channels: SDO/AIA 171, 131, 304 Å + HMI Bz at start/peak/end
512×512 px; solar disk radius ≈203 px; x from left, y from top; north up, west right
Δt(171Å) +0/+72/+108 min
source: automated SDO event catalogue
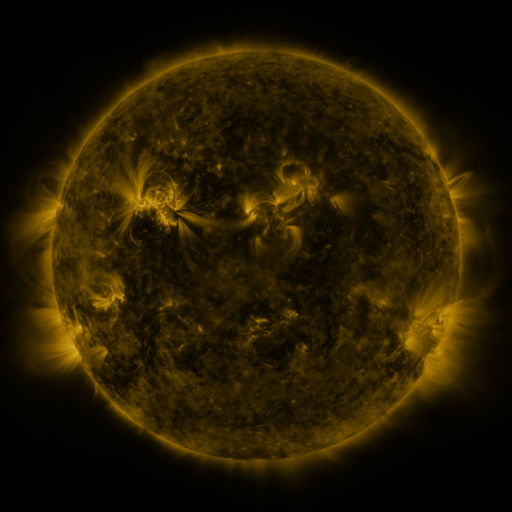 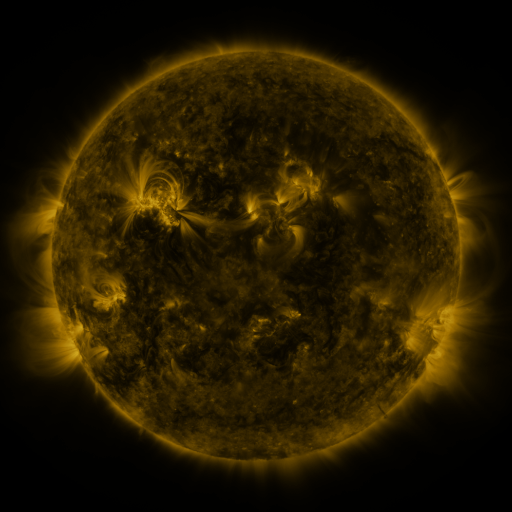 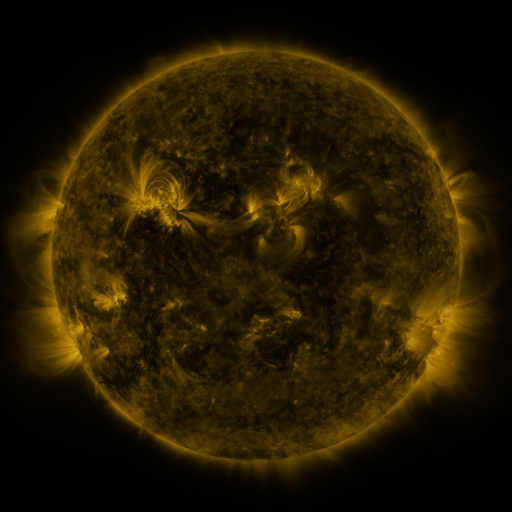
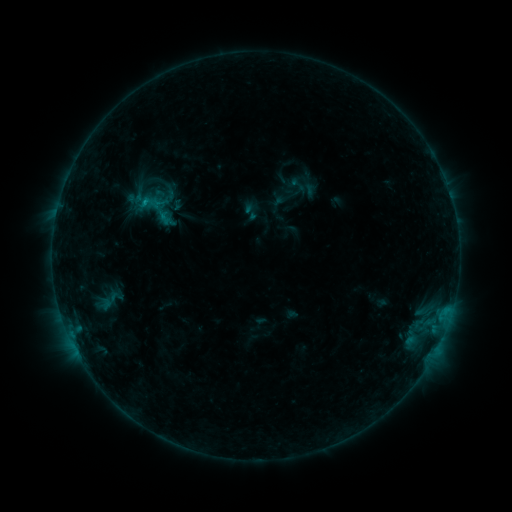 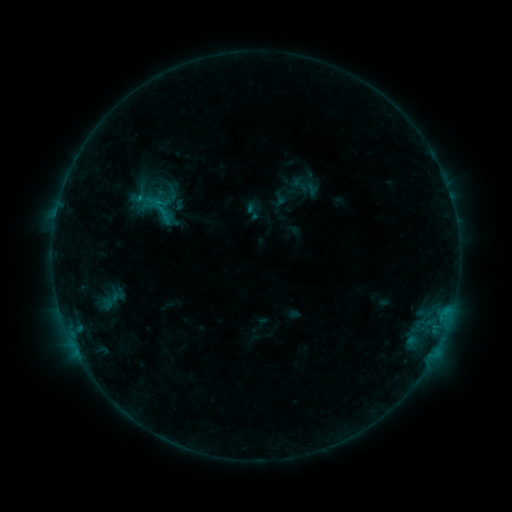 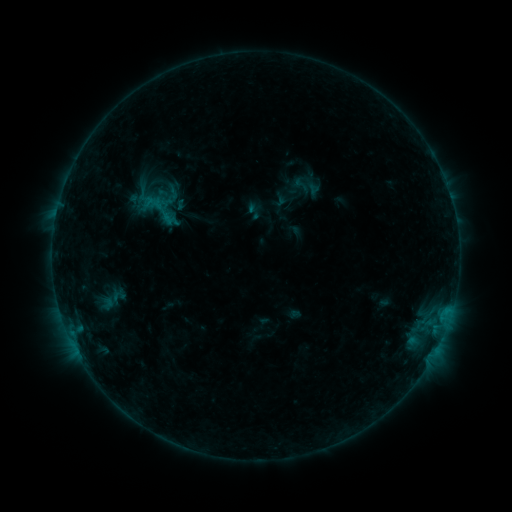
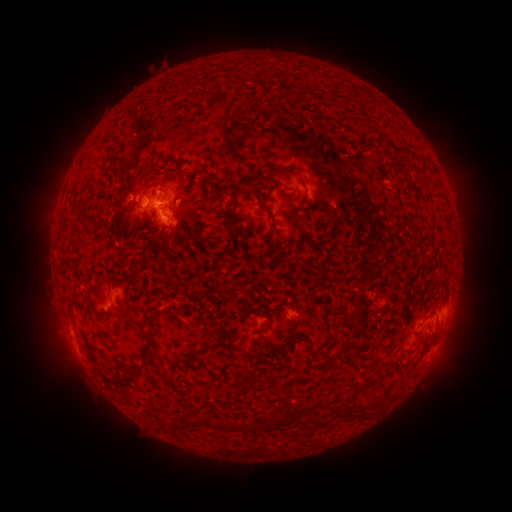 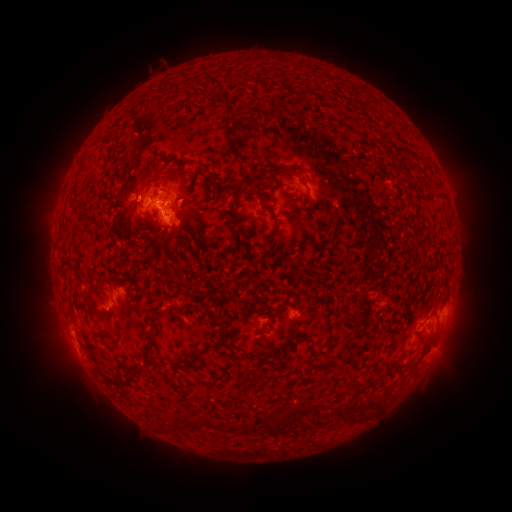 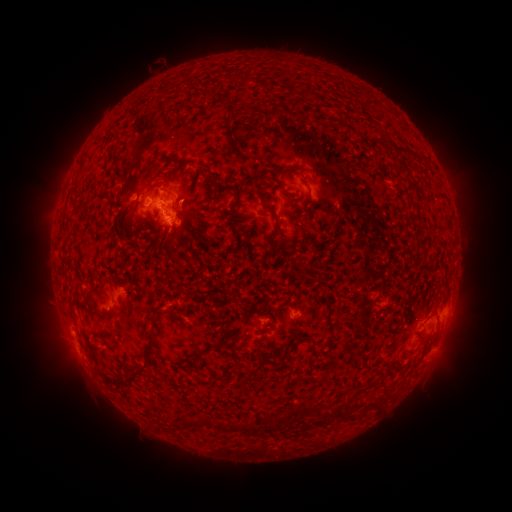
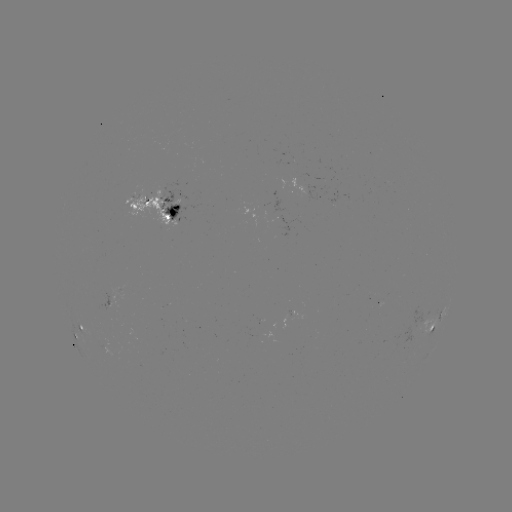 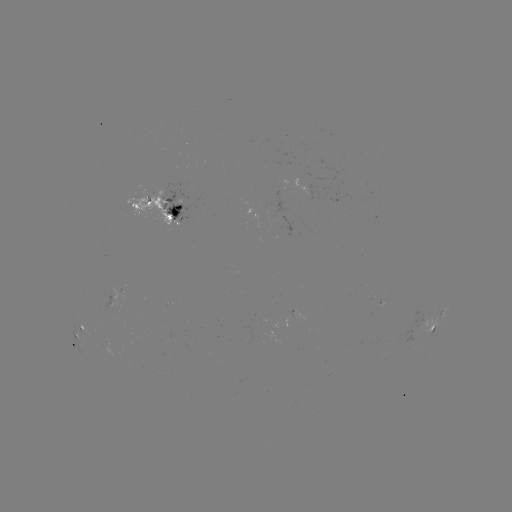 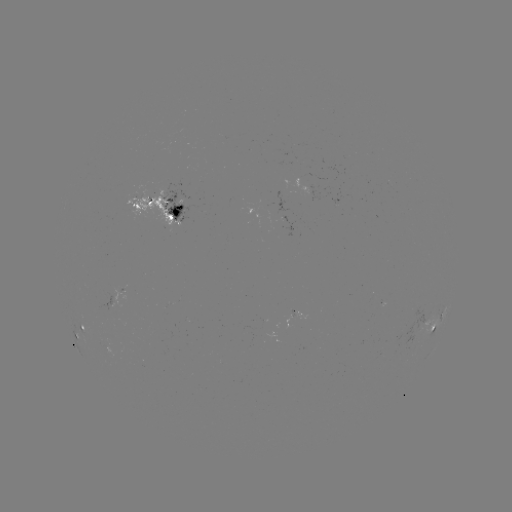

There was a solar emerging-flux region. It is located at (264, 205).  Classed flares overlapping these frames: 2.